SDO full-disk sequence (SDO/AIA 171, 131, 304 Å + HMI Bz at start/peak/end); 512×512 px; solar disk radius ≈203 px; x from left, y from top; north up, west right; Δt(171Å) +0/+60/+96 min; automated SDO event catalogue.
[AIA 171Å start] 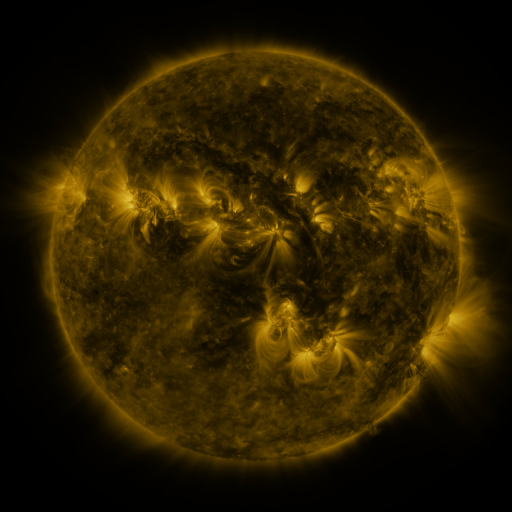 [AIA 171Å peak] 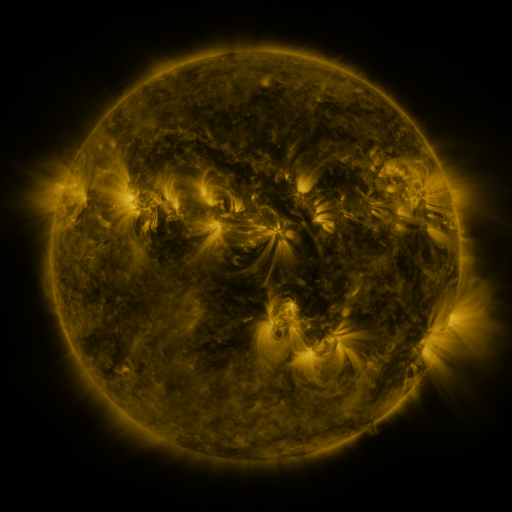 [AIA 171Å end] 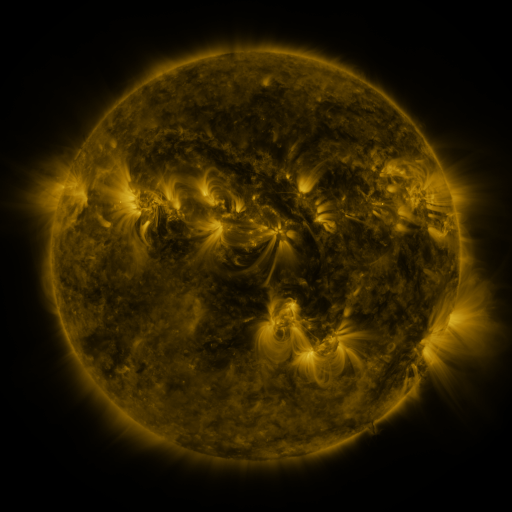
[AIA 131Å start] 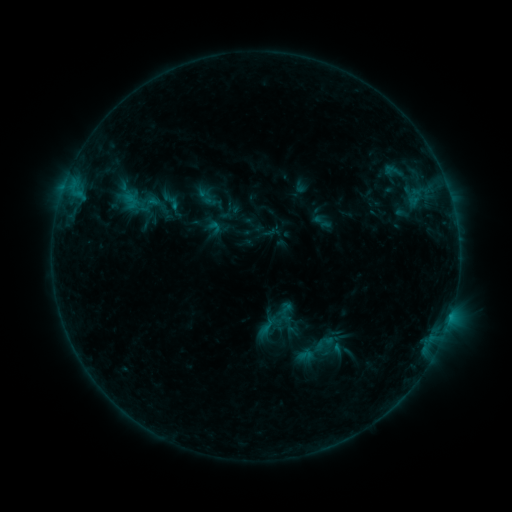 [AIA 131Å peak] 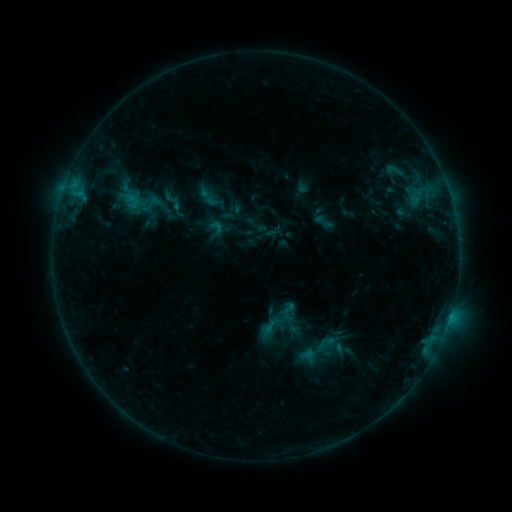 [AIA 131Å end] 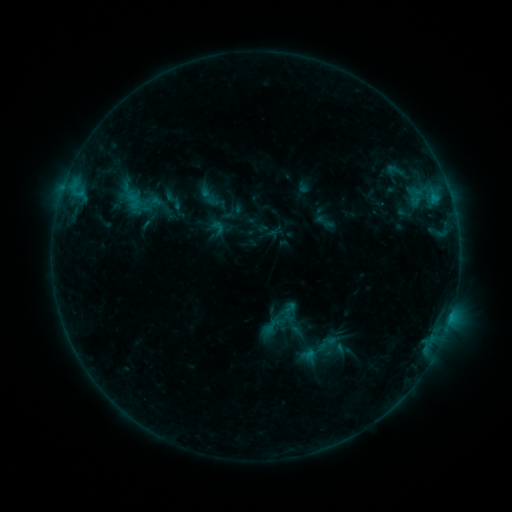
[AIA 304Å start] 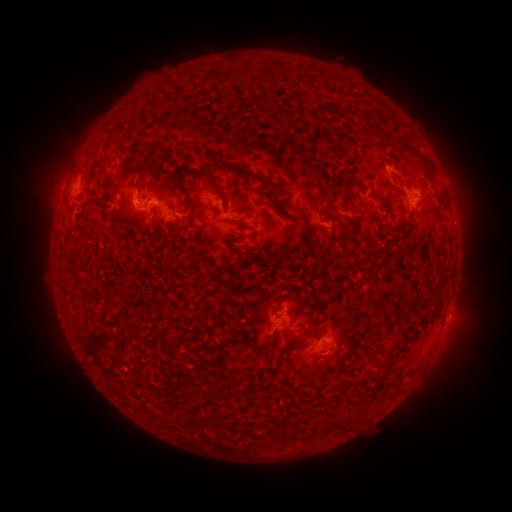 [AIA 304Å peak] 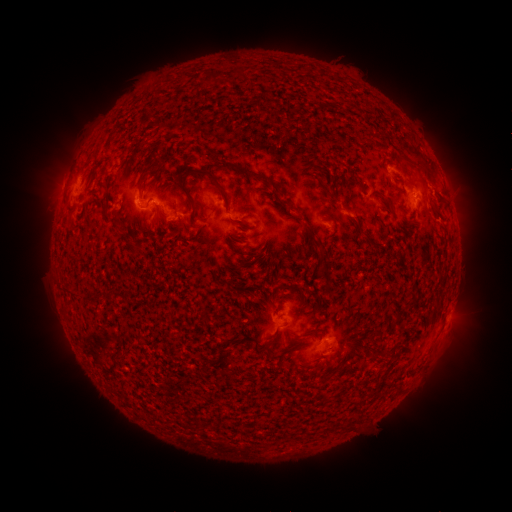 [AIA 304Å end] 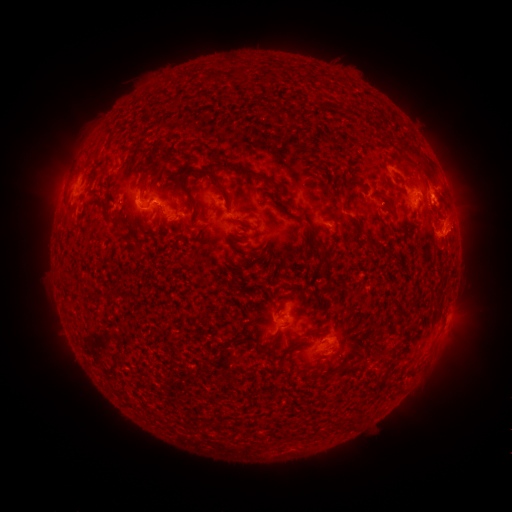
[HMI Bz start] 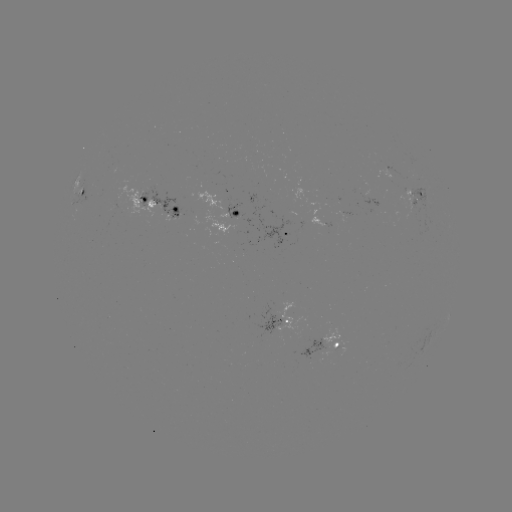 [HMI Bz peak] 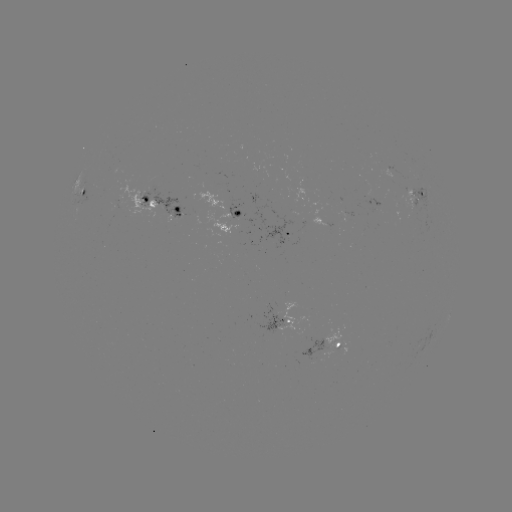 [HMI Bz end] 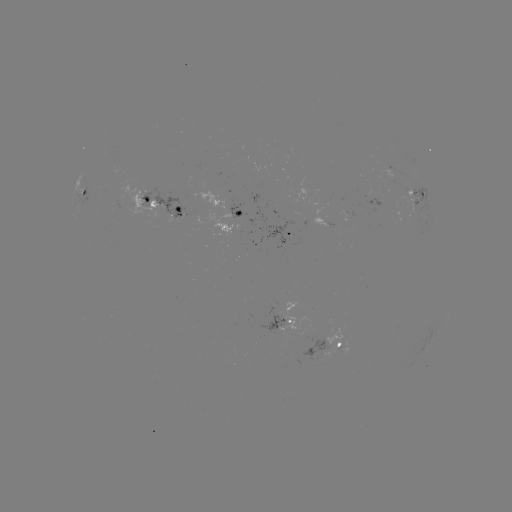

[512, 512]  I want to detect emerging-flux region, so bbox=[302, 340, 326, 363].